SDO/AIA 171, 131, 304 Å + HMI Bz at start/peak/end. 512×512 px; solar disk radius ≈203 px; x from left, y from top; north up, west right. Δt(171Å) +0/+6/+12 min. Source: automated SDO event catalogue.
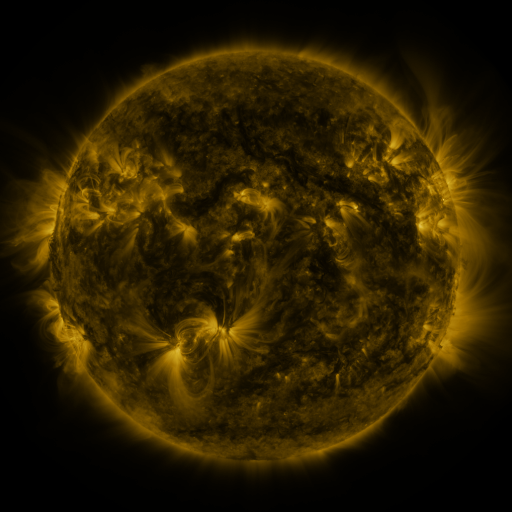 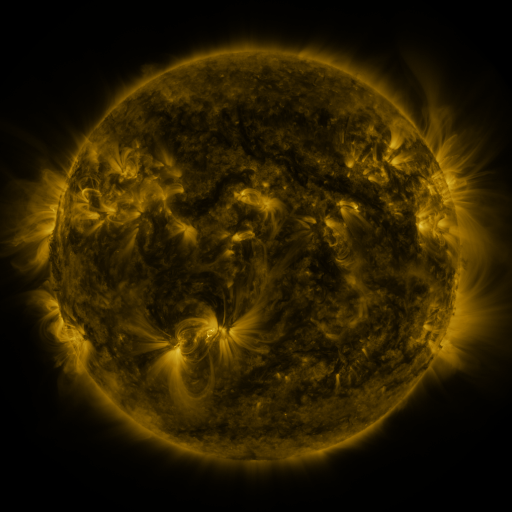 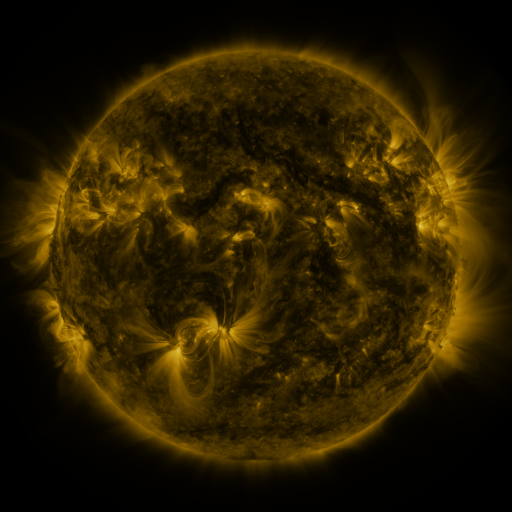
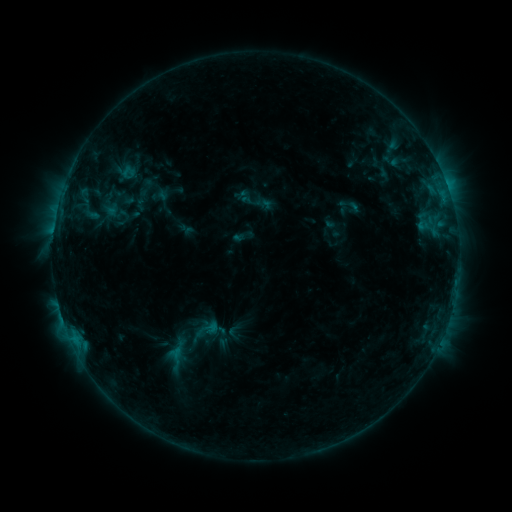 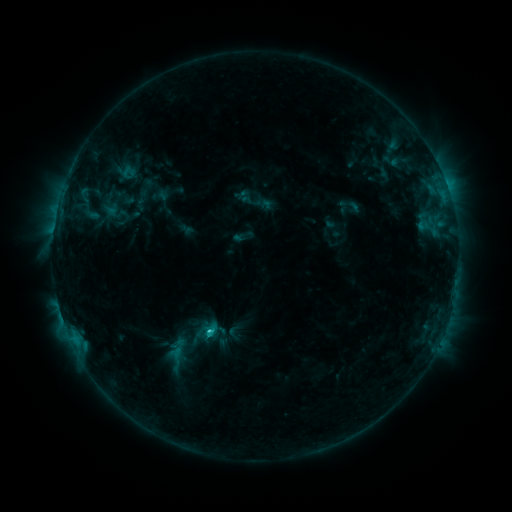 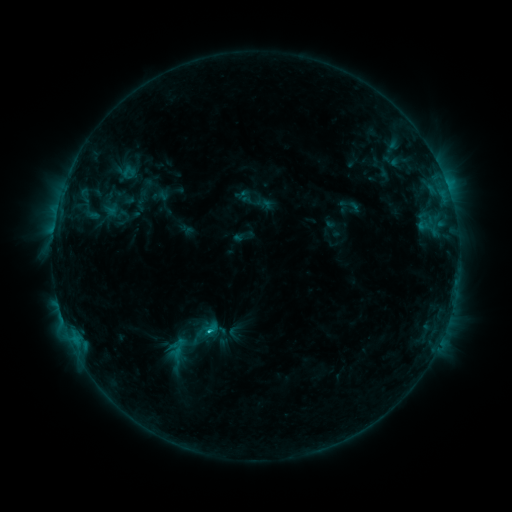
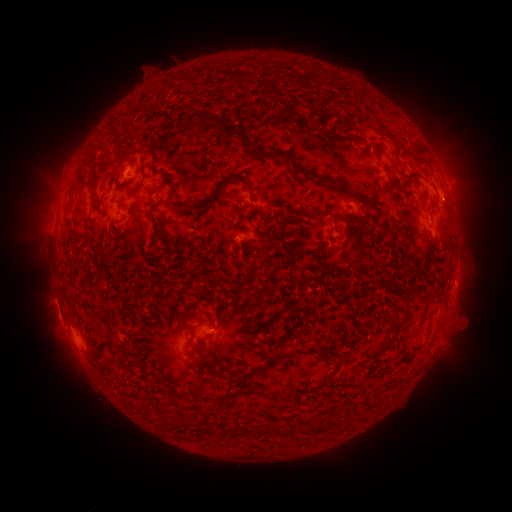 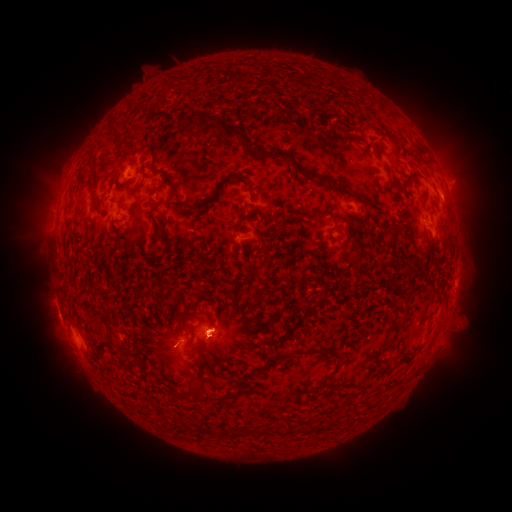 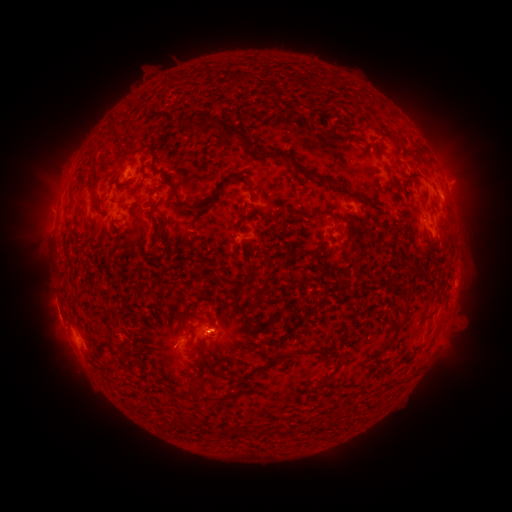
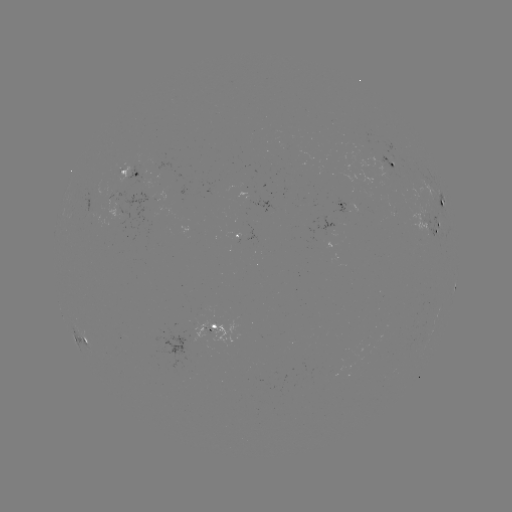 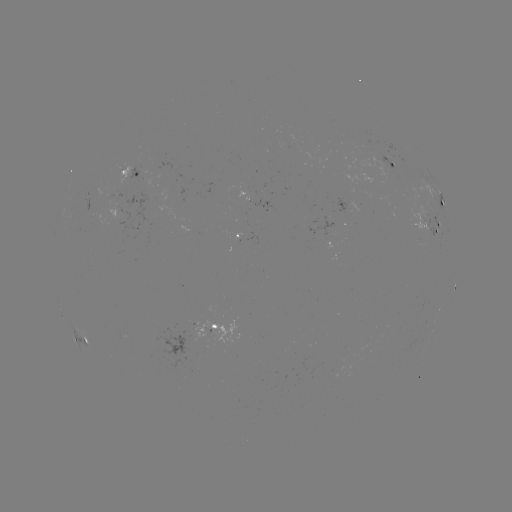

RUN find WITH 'eruption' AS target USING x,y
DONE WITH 213,335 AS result